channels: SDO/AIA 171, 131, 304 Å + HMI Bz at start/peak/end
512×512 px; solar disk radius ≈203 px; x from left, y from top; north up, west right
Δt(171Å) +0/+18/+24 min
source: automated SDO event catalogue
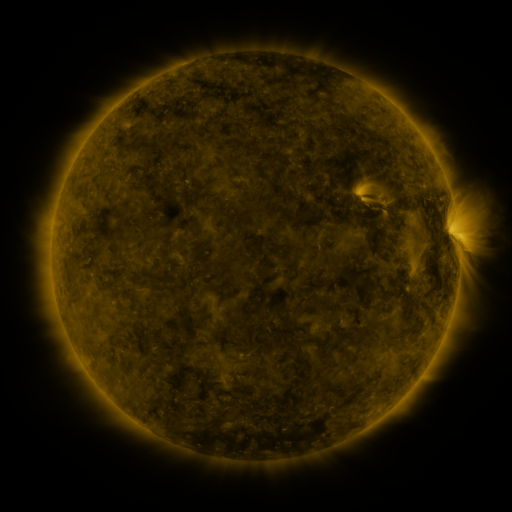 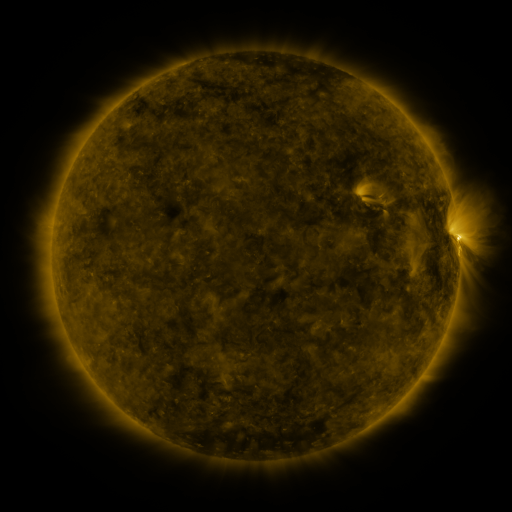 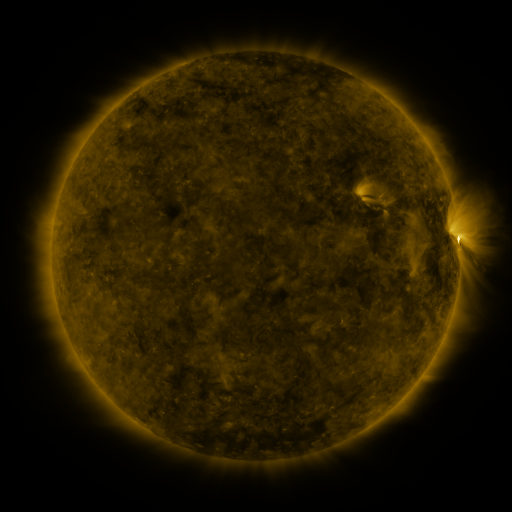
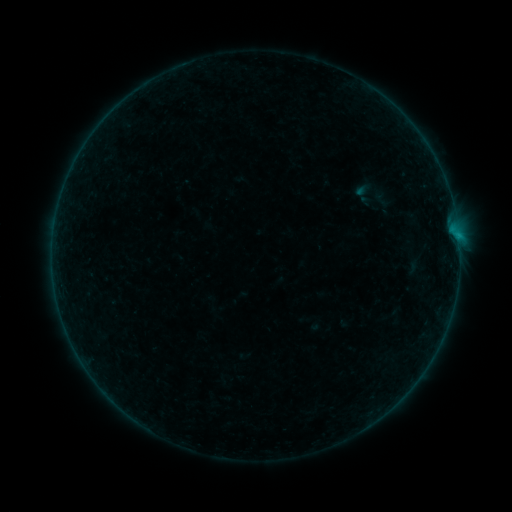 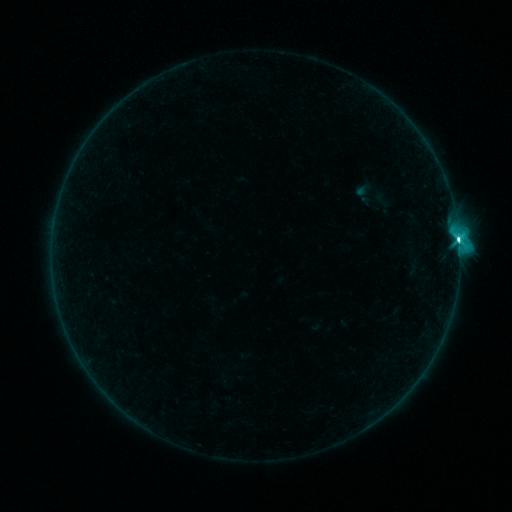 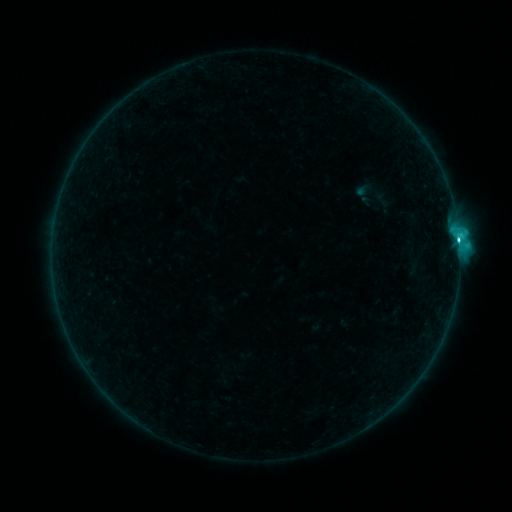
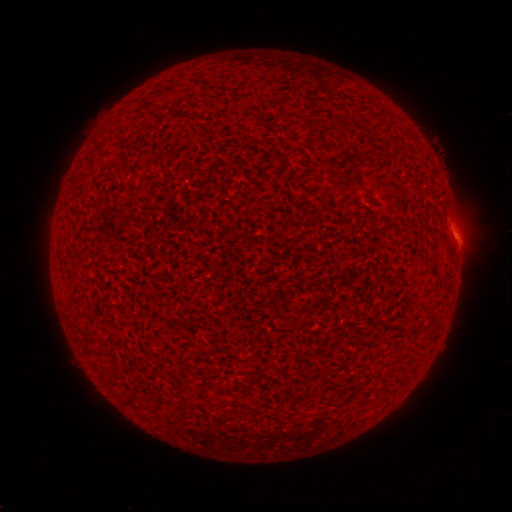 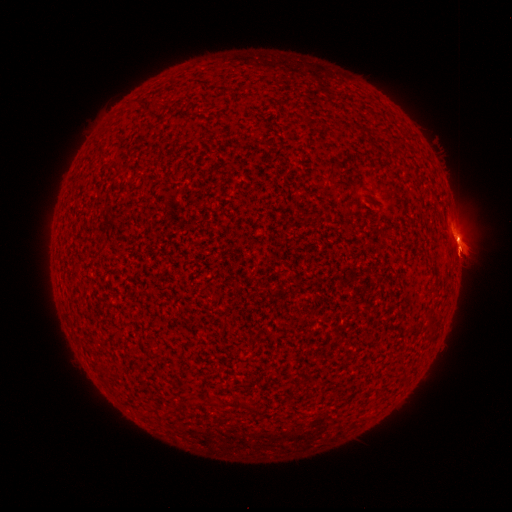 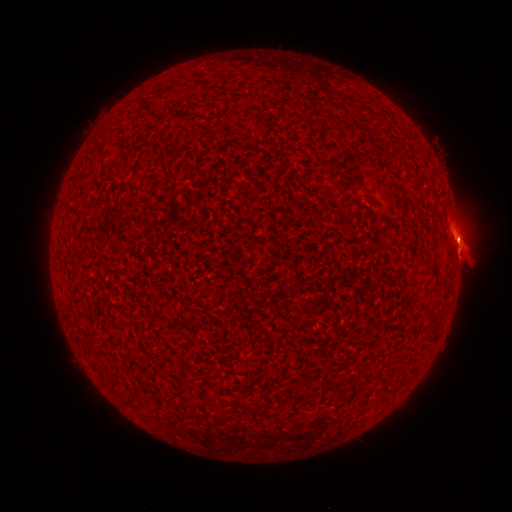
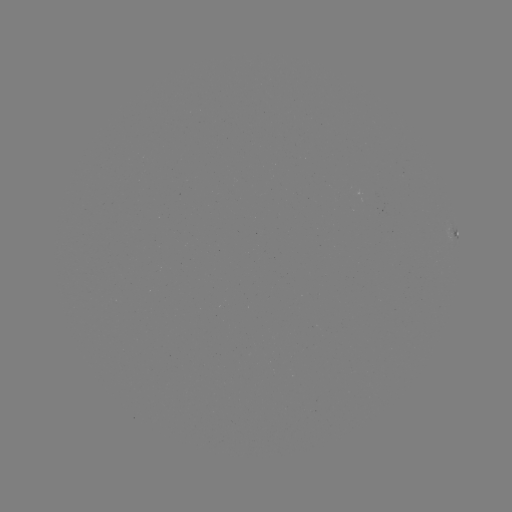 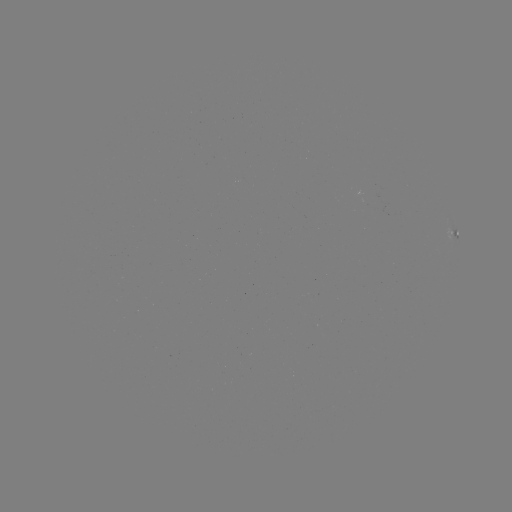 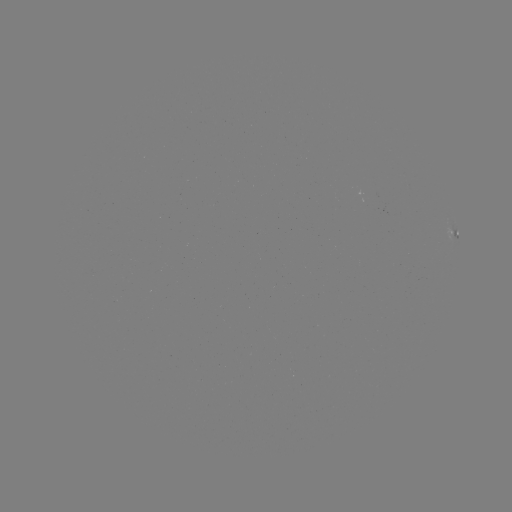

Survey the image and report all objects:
C5.2 flare: (457, 240)
